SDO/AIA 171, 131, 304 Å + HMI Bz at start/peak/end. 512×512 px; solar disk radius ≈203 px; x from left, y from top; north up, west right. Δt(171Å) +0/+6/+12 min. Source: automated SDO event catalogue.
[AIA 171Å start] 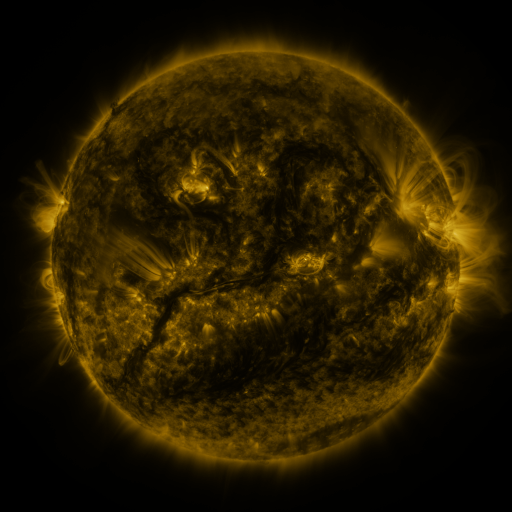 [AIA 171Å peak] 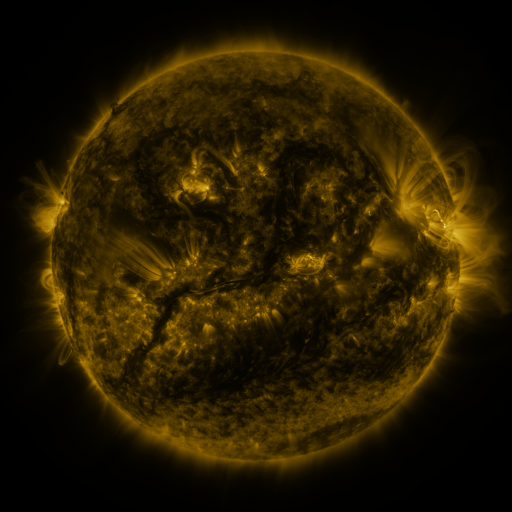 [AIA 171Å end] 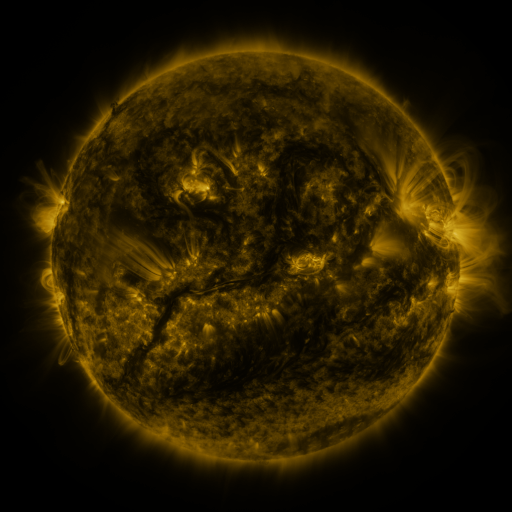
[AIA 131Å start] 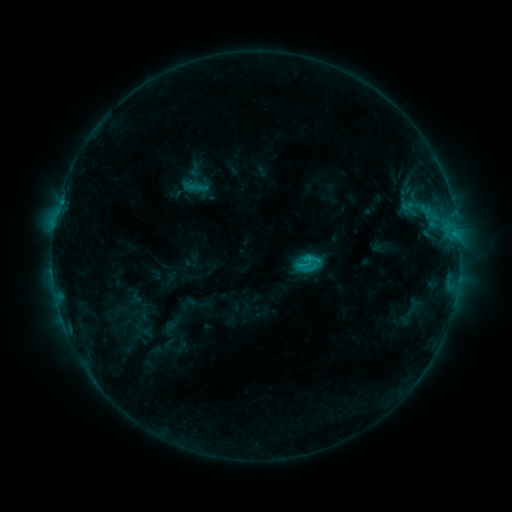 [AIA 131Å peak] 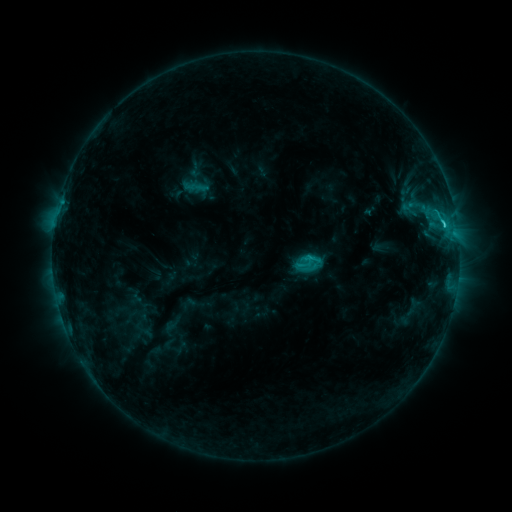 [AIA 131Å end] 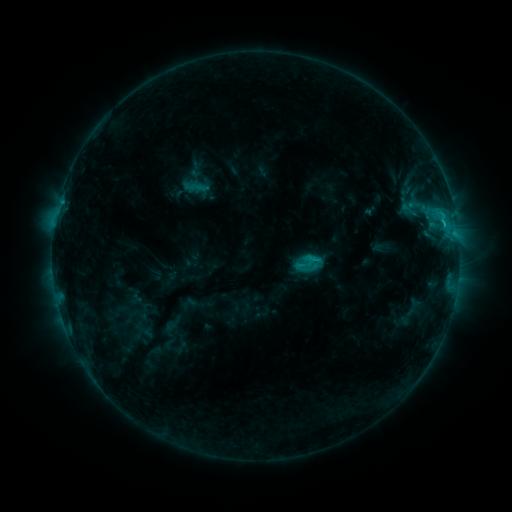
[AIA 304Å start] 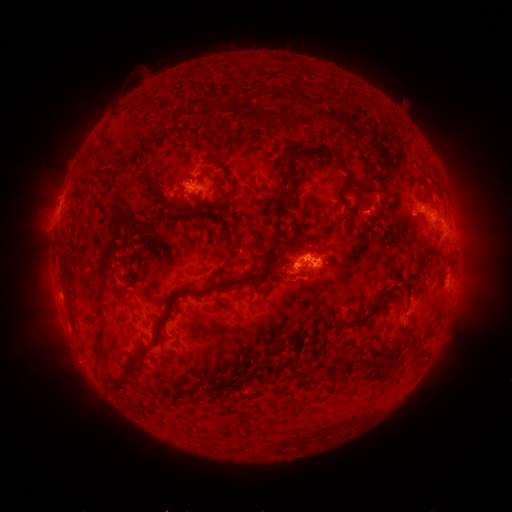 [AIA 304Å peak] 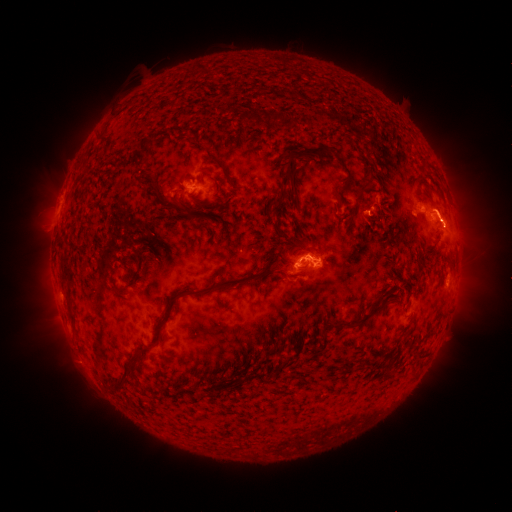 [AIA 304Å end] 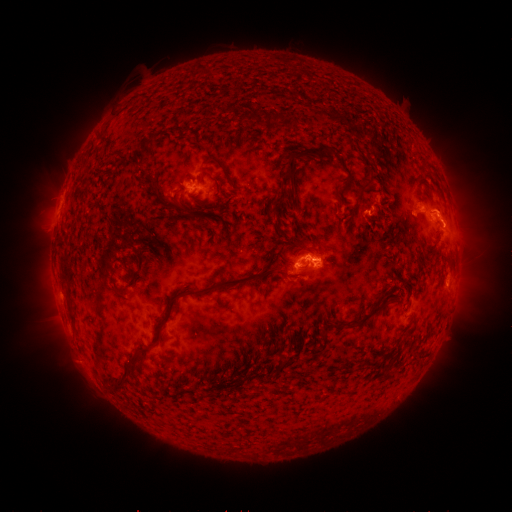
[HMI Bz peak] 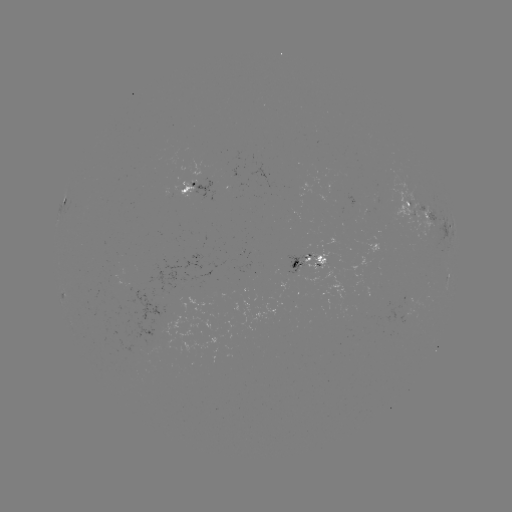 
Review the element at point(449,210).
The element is eruption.